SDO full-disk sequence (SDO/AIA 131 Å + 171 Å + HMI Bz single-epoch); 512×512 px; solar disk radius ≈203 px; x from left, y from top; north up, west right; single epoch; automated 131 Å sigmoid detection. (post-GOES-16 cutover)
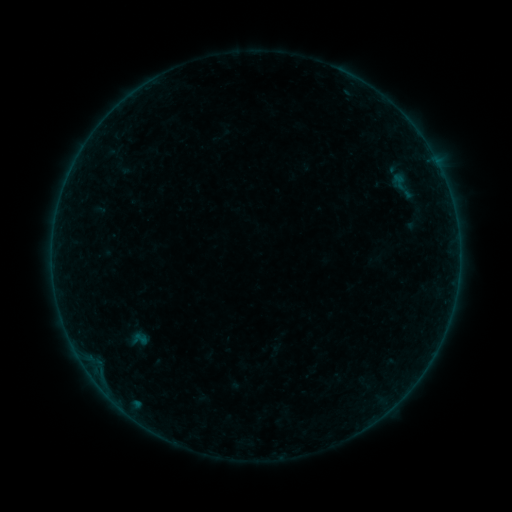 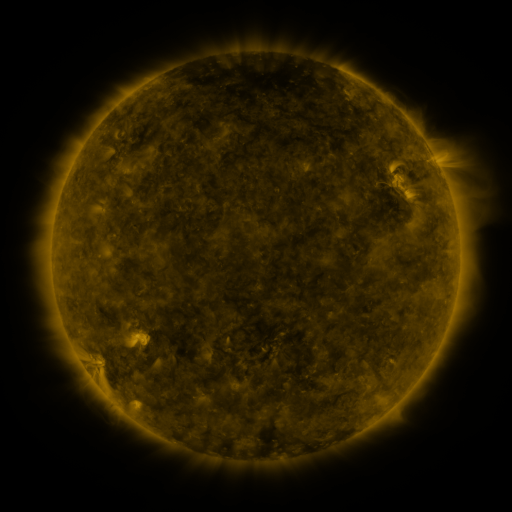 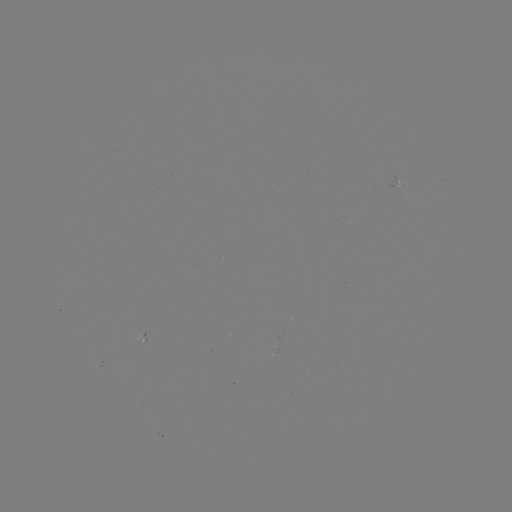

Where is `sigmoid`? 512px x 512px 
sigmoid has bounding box [127, 329, 152, 349].